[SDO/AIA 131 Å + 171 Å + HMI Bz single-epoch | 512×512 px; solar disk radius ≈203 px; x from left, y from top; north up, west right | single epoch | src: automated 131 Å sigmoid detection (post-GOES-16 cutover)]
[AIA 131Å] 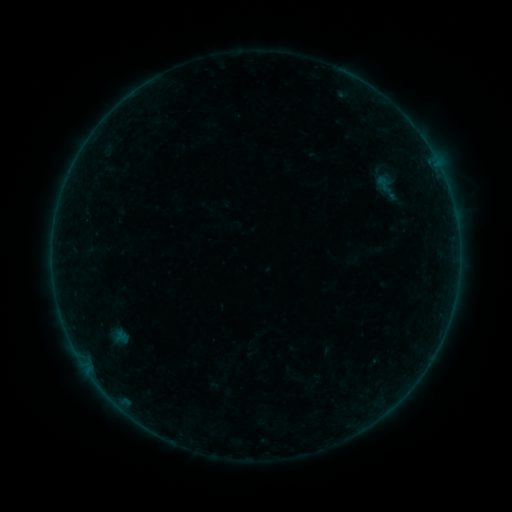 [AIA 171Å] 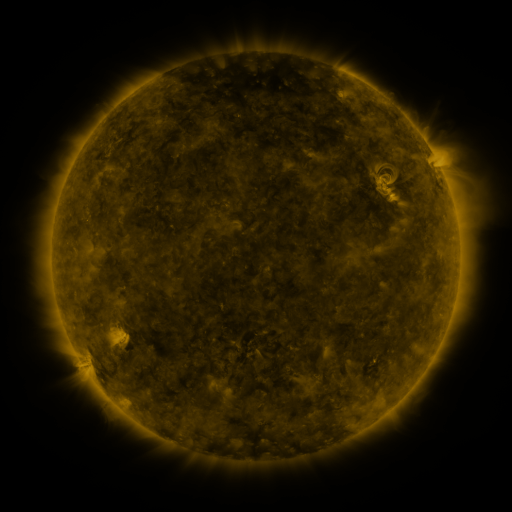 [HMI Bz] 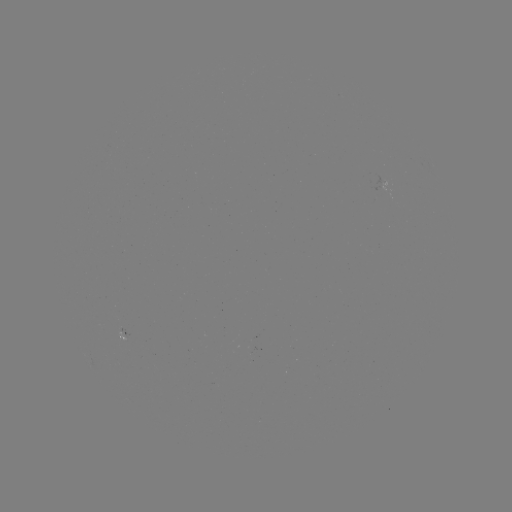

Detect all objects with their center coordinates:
sigmoid: (361, 170, 414, 204)
